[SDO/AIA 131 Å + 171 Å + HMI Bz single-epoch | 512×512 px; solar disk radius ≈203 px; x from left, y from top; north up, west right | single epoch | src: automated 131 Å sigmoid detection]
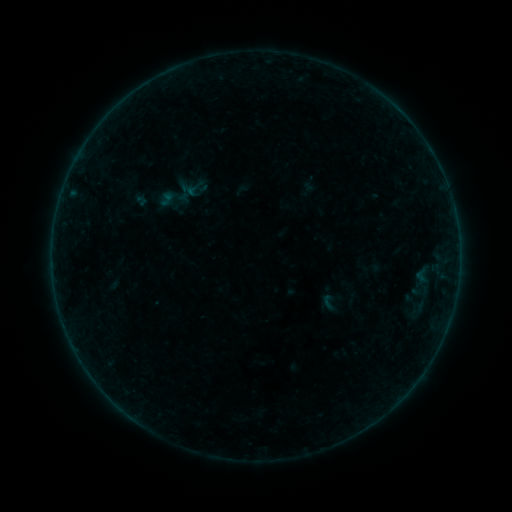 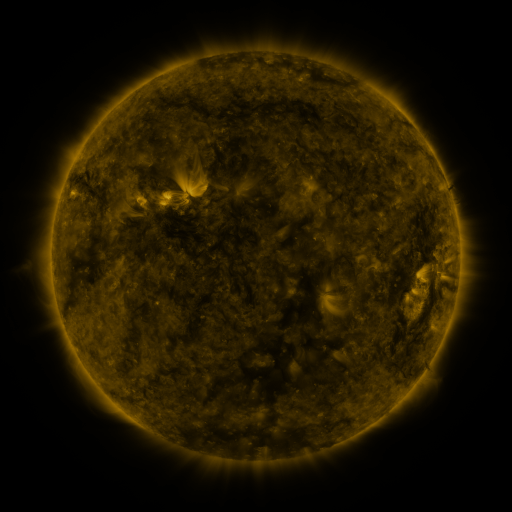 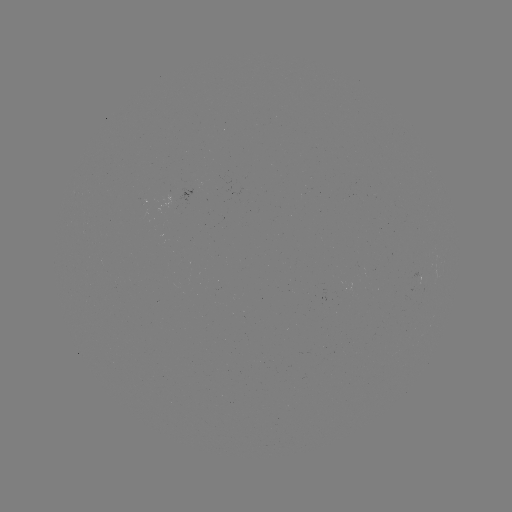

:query sigmoid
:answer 371,267